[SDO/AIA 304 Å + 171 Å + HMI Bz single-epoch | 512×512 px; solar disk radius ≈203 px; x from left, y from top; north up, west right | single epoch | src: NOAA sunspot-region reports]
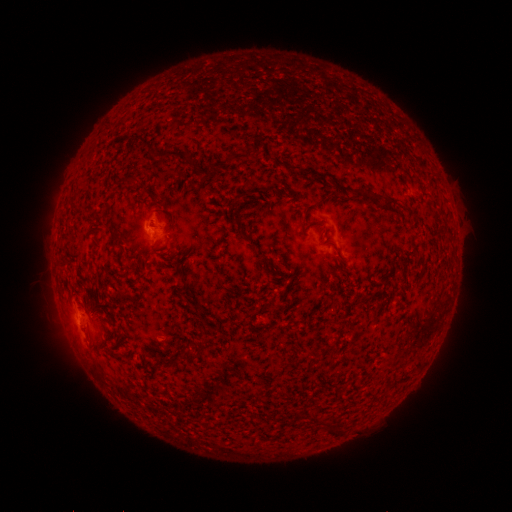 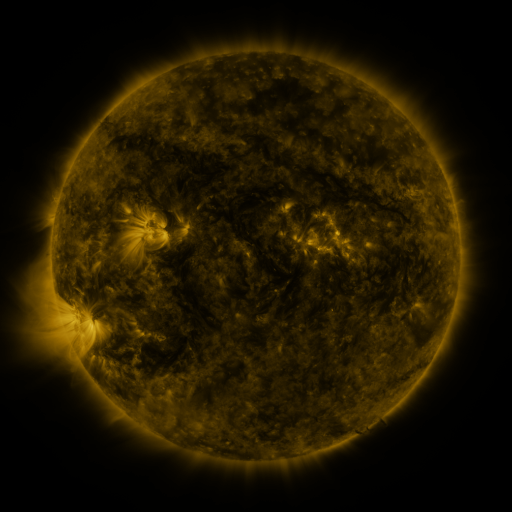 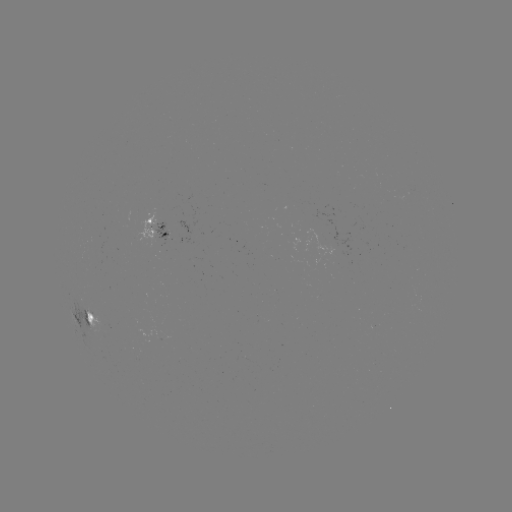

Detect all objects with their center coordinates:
spotted active region: (156, 229)
spotted active region: (87, 319)
